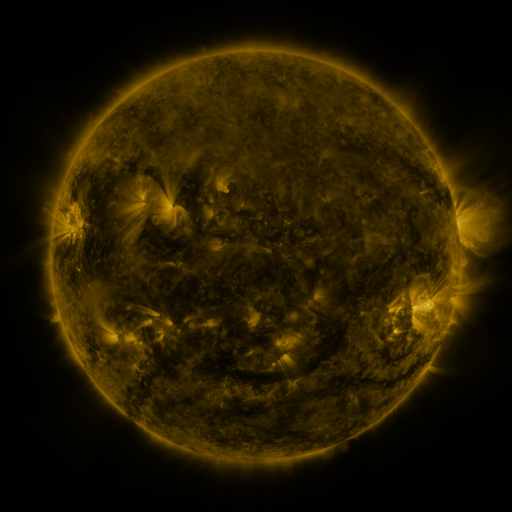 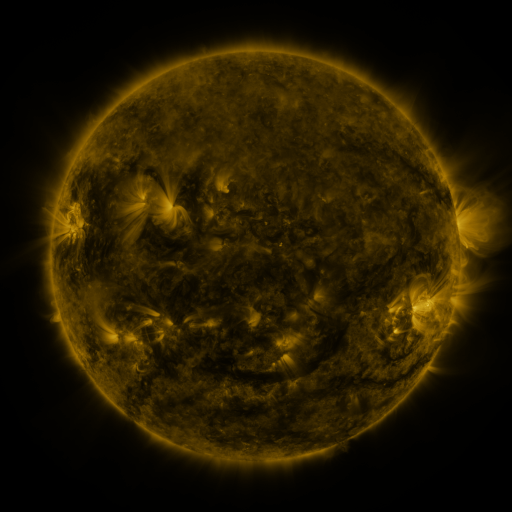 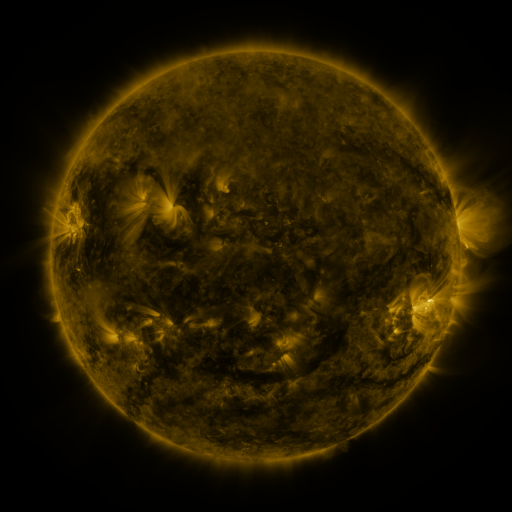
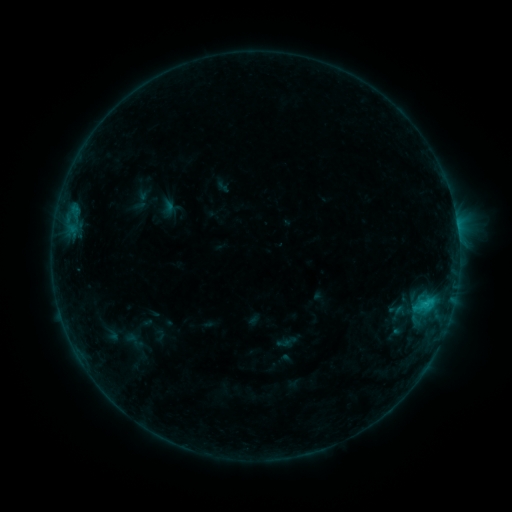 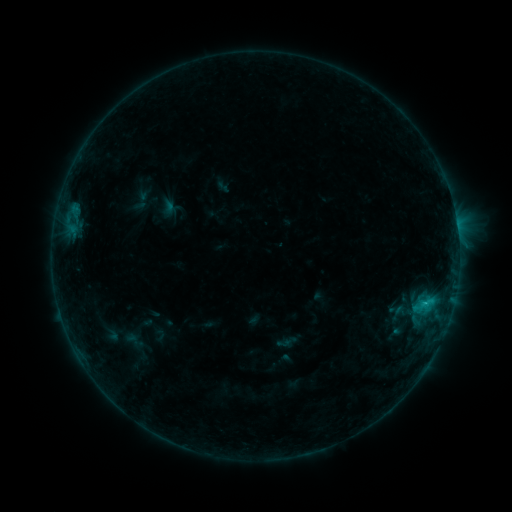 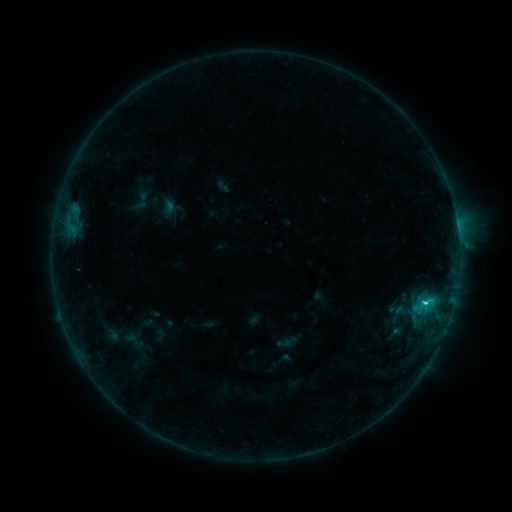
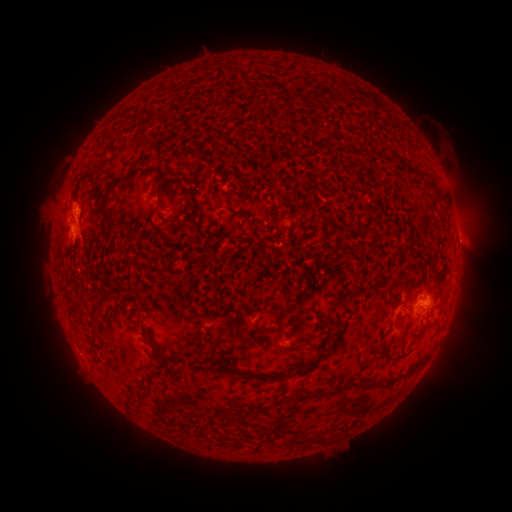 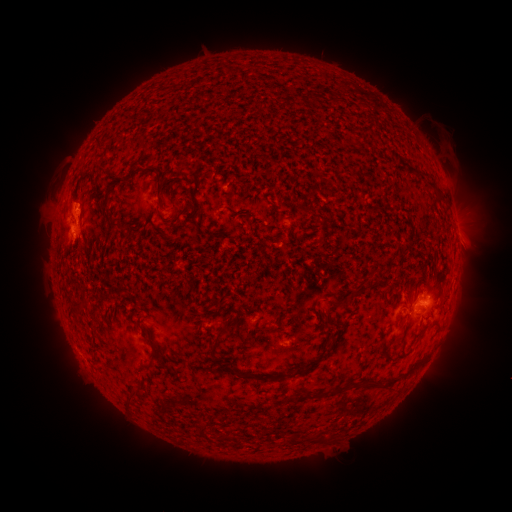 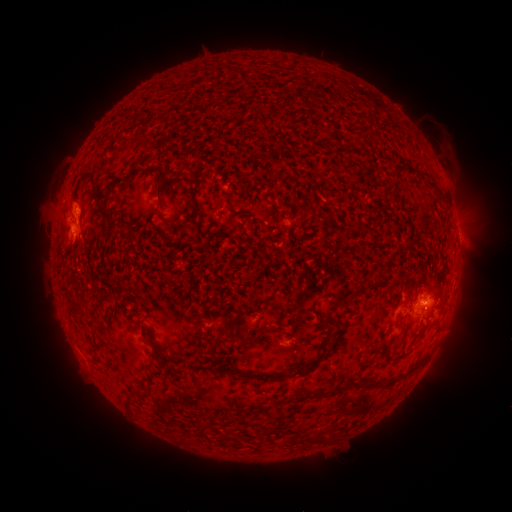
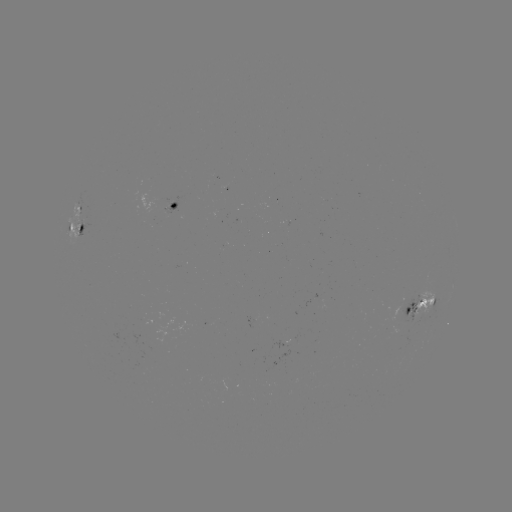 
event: flare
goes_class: C1.1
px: (424, 303)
